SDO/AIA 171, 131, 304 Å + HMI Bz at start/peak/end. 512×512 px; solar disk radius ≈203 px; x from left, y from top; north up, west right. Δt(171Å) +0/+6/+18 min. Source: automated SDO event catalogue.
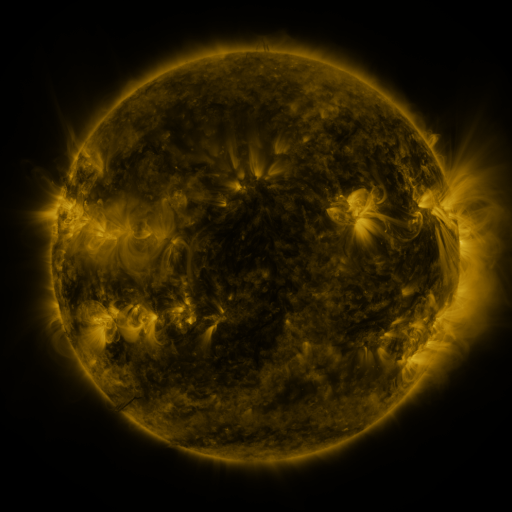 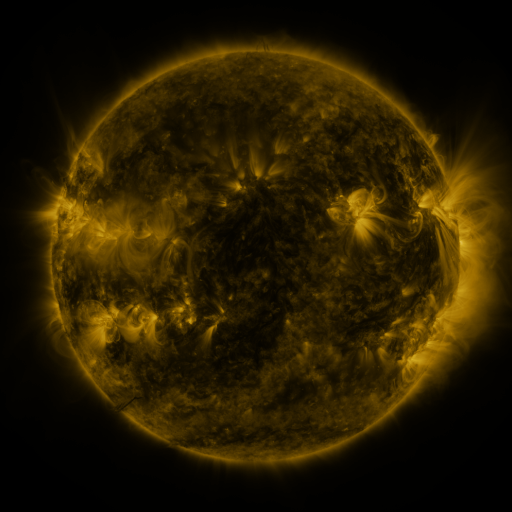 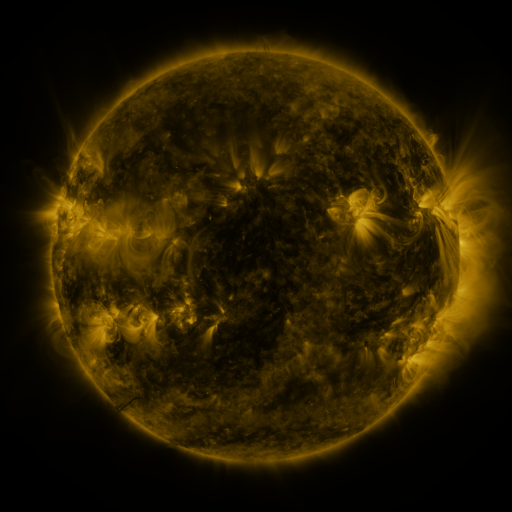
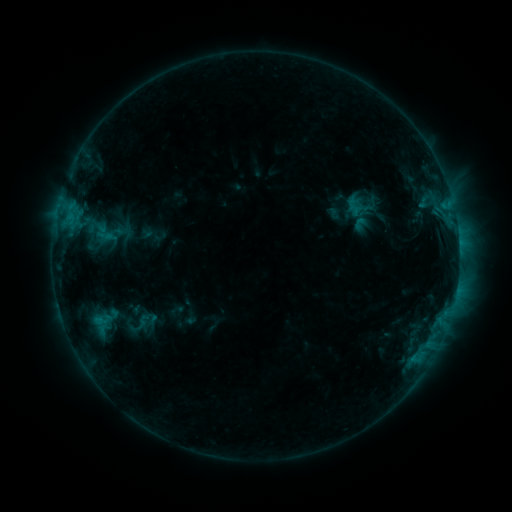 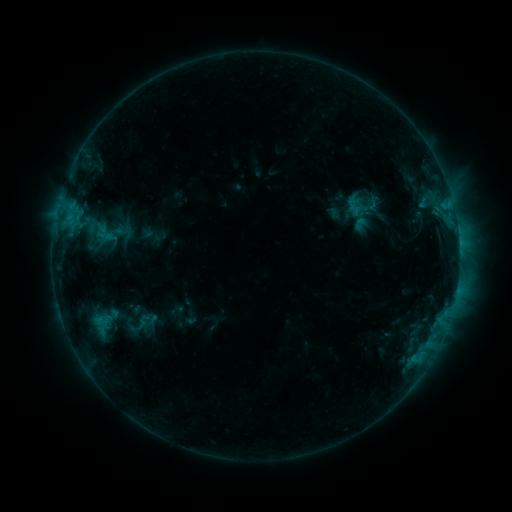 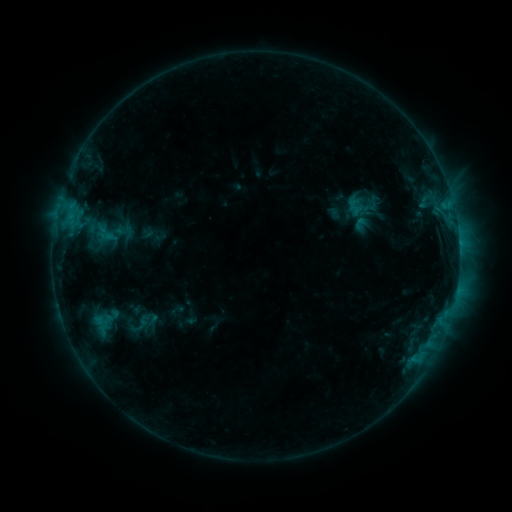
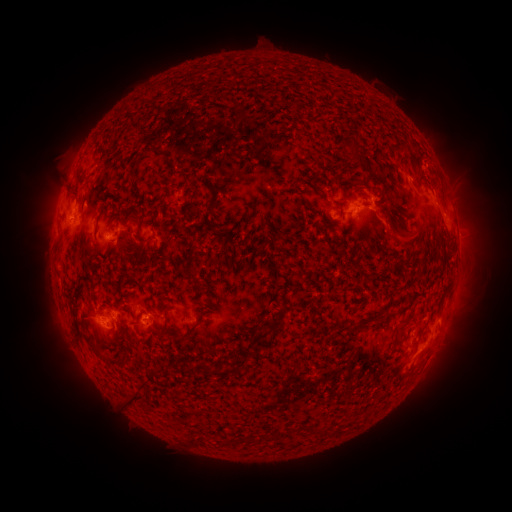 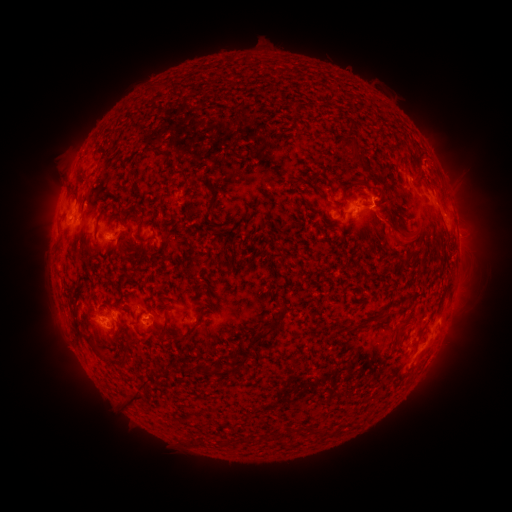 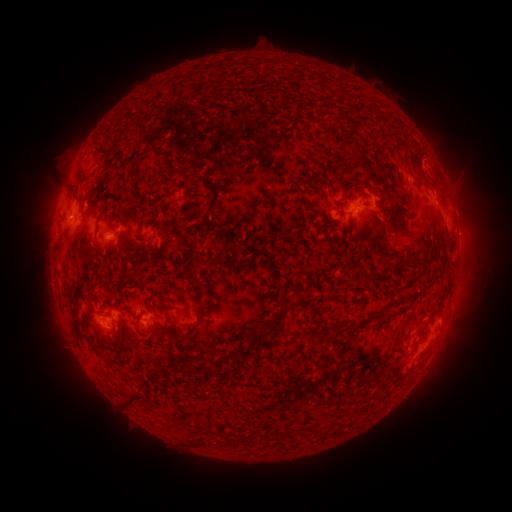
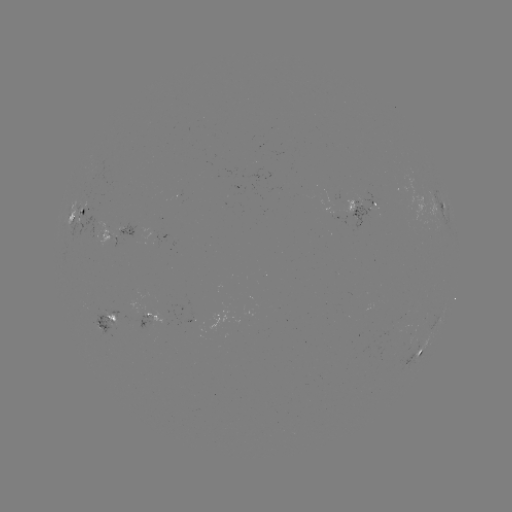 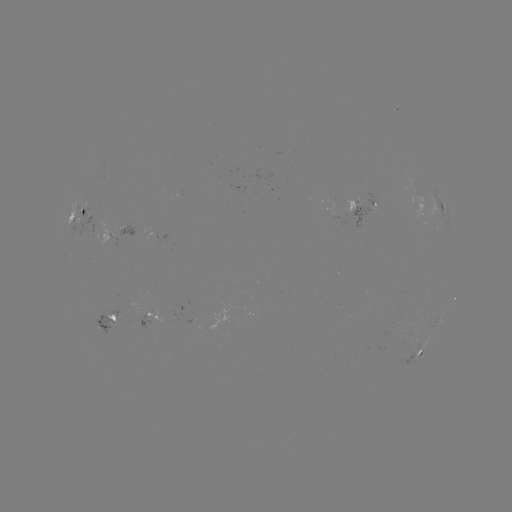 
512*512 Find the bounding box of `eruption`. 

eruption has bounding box [367, 205, 420, 255].